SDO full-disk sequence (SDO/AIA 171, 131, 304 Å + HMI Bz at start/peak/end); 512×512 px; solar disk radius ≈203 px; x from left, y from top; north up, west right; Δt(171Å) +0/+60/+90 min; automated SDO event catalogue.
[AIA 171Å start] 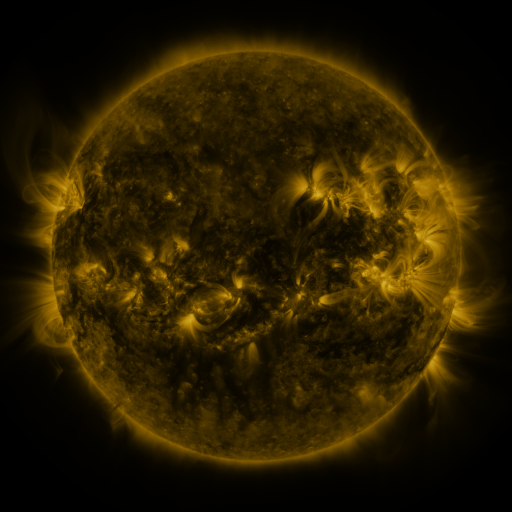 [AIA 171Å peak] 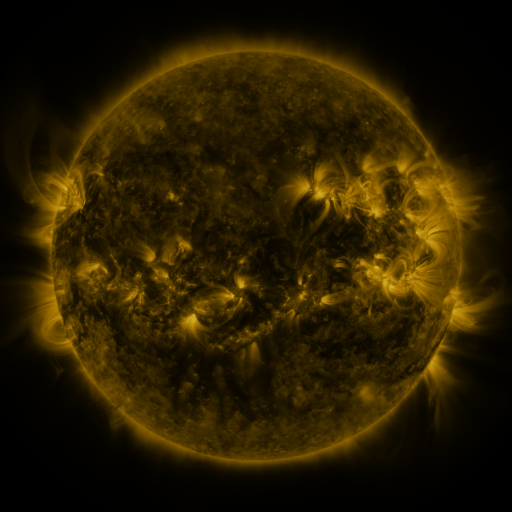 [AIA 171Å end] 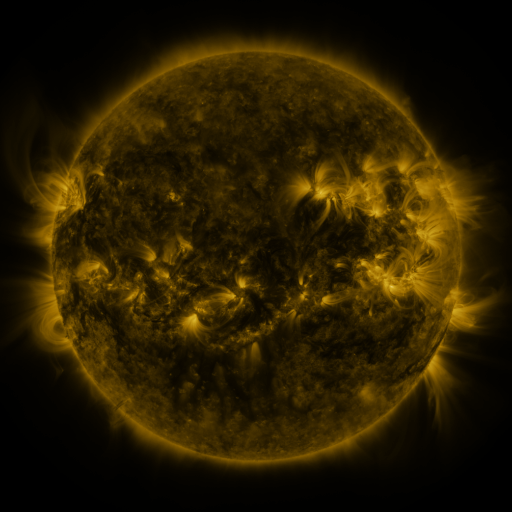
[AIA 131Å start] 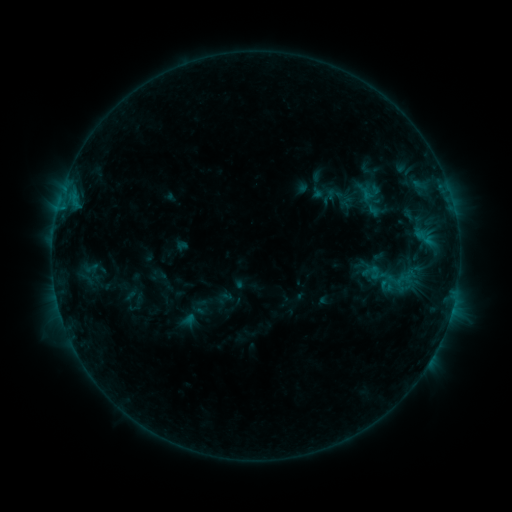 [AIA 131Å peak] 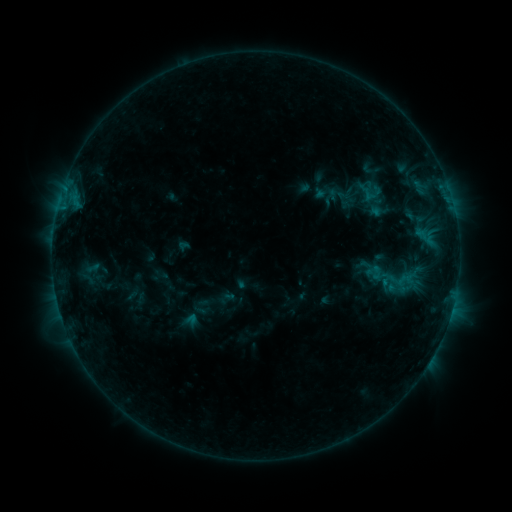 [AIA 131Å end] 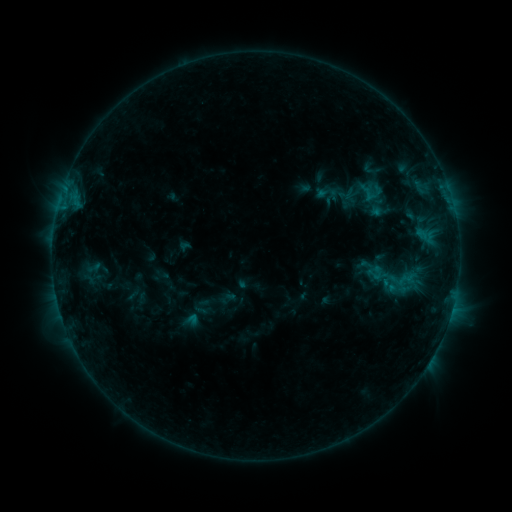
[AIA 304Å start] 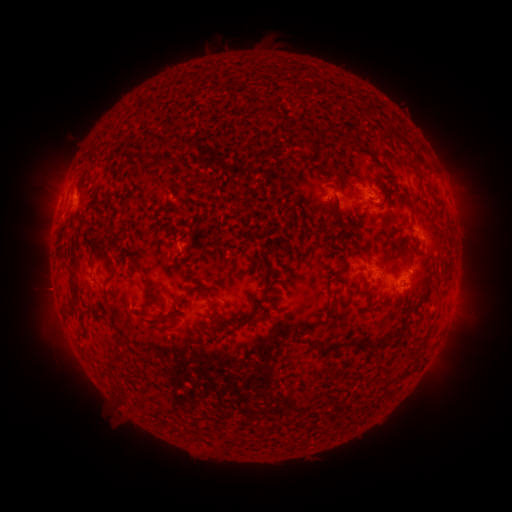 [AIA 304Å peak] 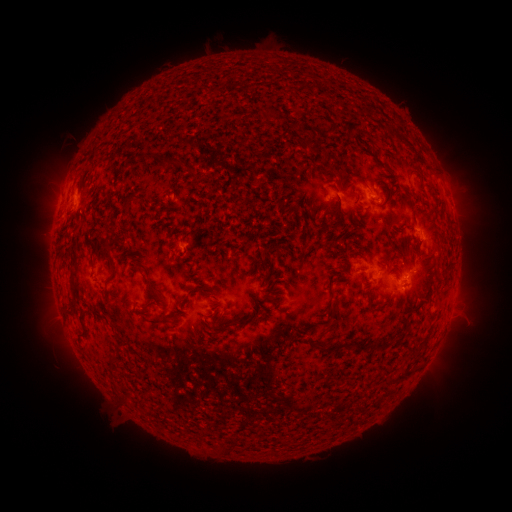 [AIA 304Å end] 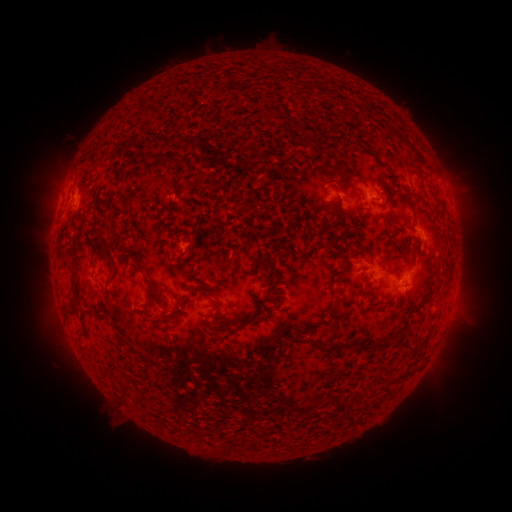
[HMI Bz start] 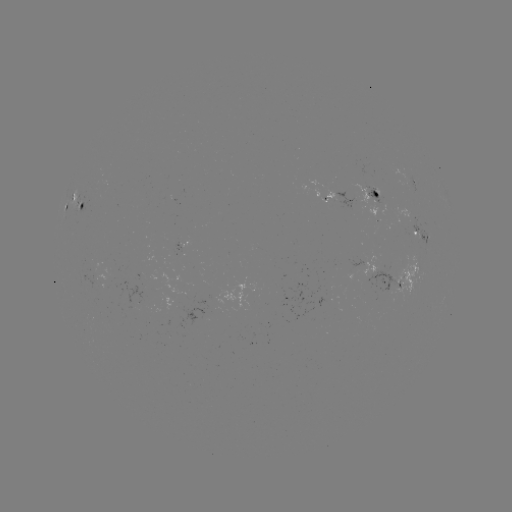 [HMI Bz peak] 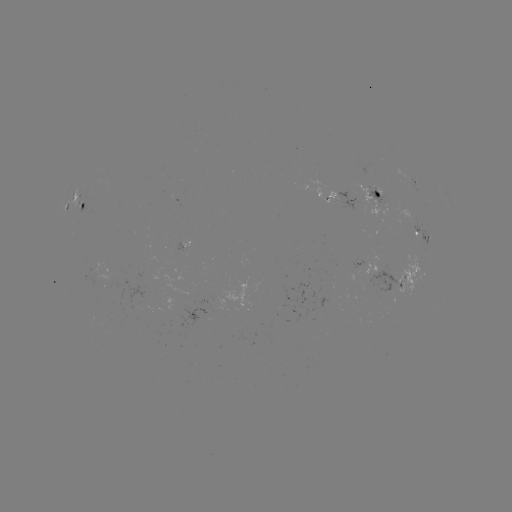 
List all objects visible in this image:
emerging-flux region: (366, 166)
